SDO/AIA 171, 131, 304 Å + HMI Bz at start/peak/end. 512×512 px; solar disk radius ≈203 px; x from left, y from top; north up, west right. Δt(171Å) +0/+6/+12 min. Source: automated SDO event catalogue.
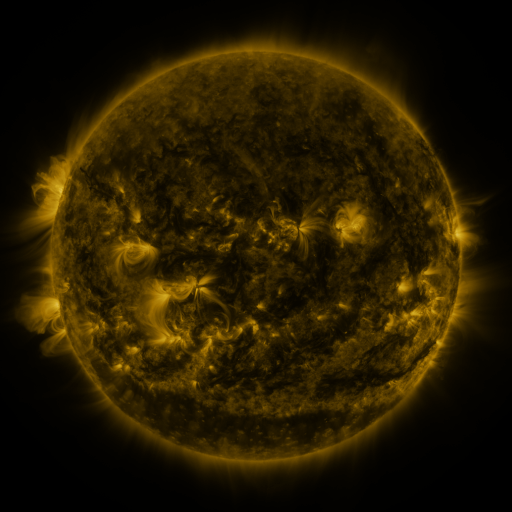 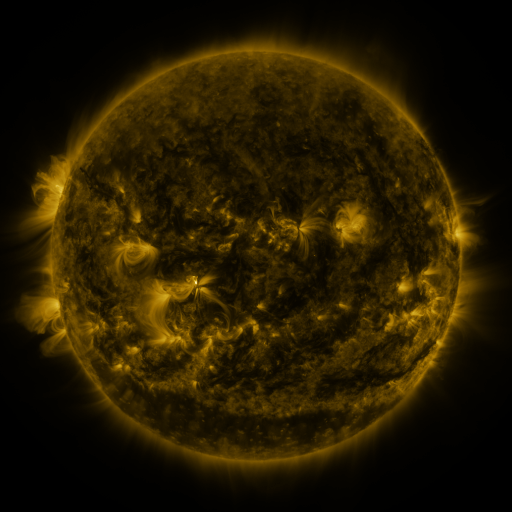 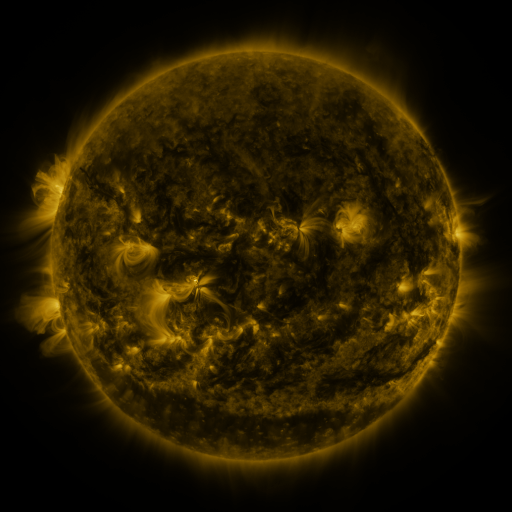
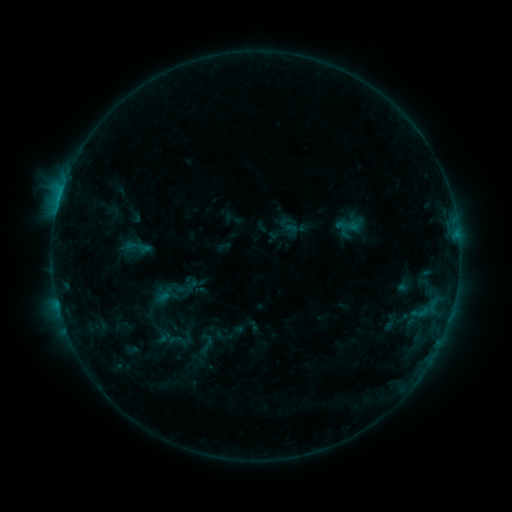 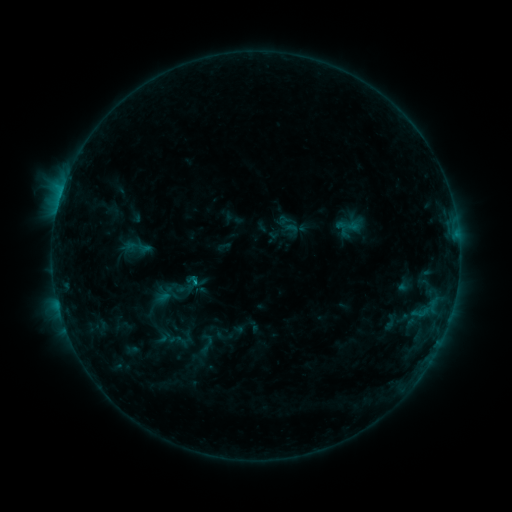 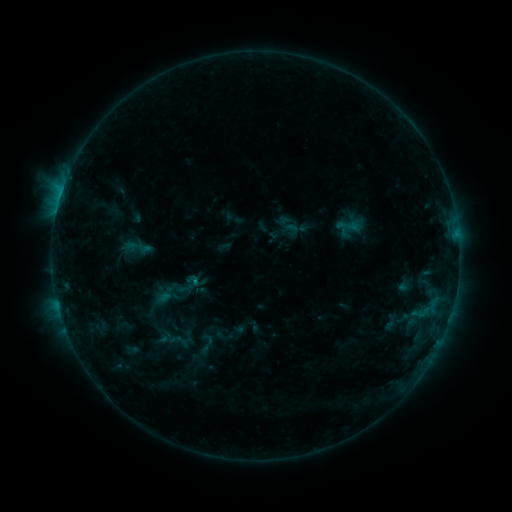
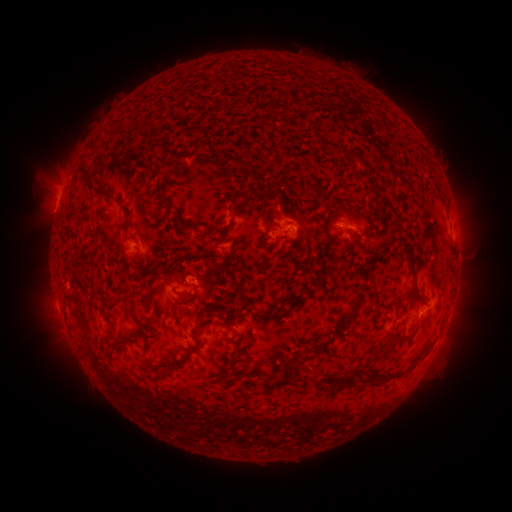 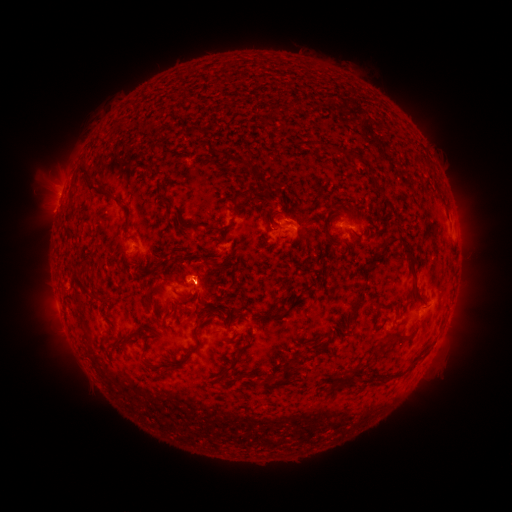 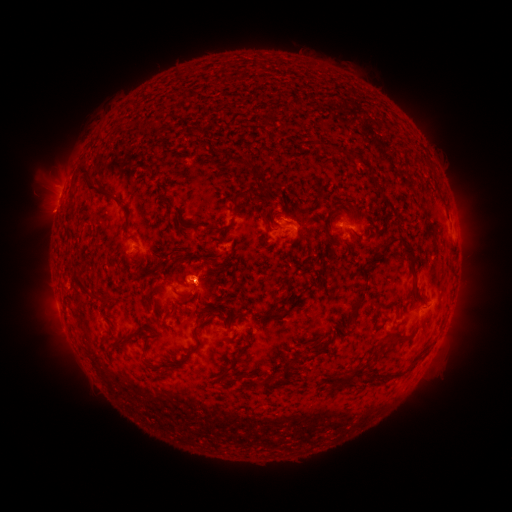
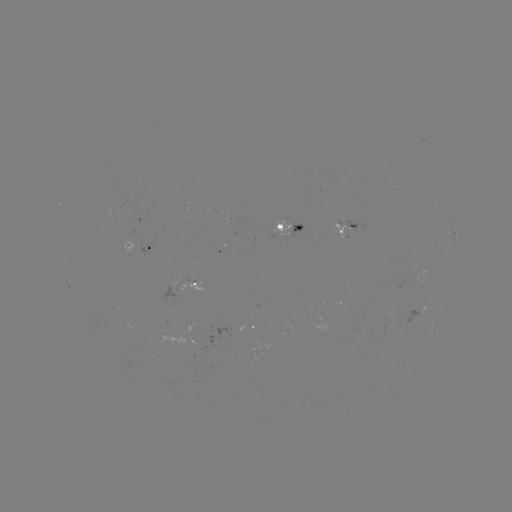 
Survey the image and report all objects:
eruption: (197, 273)
